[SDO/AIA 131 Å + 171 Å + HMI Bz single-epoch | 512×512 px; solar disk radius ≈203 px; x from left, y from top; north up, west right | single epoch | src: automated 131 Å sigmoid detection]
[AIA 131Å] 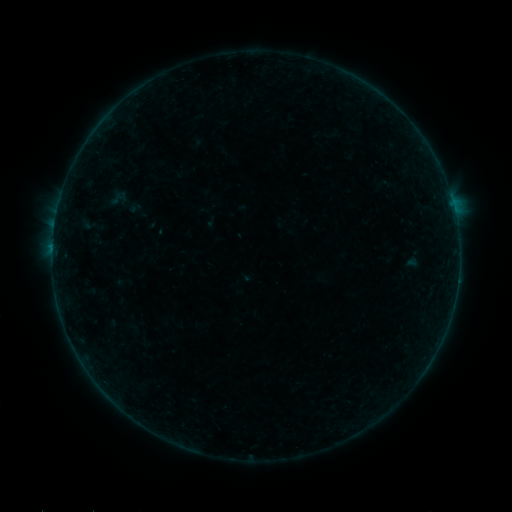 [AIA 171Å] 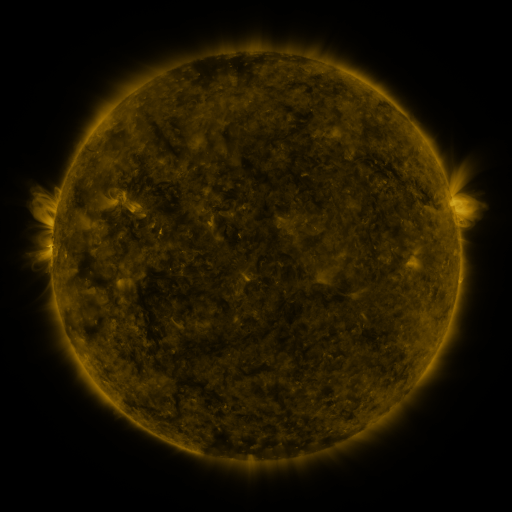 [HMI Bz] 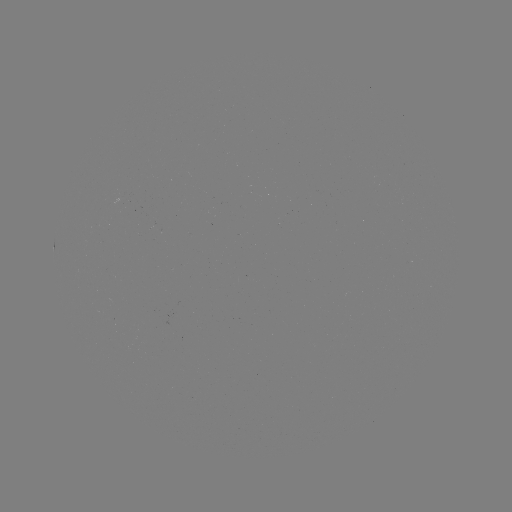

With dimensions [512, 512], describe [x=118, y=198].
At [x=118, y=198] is sigmoid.